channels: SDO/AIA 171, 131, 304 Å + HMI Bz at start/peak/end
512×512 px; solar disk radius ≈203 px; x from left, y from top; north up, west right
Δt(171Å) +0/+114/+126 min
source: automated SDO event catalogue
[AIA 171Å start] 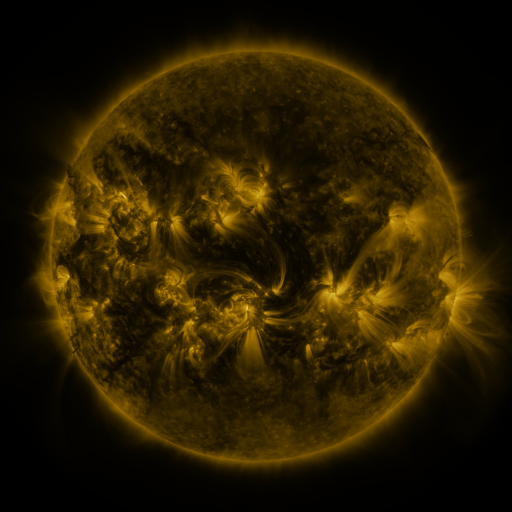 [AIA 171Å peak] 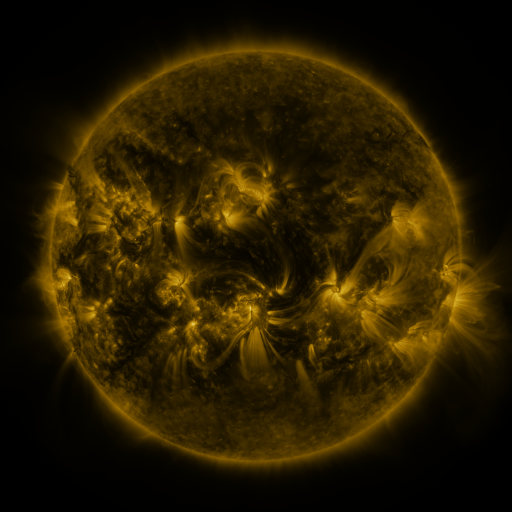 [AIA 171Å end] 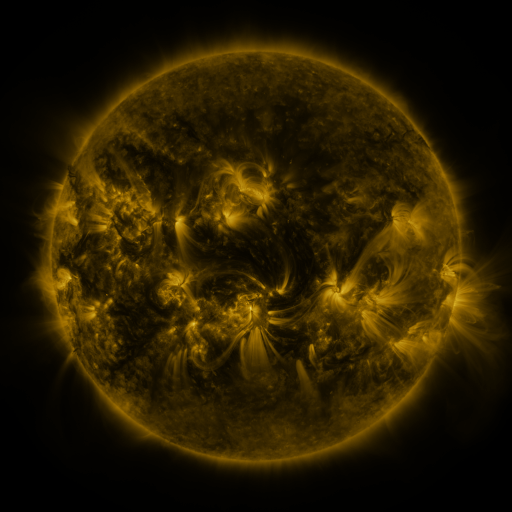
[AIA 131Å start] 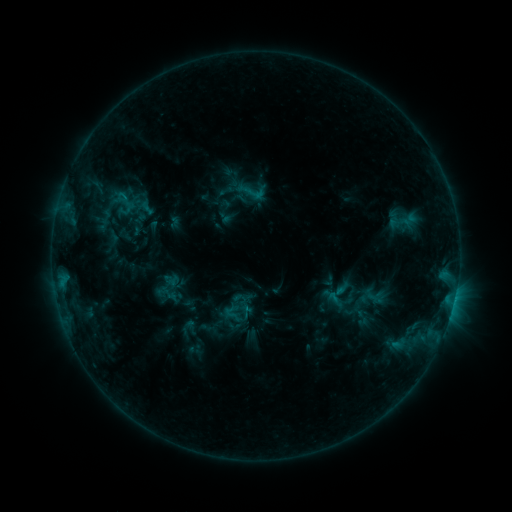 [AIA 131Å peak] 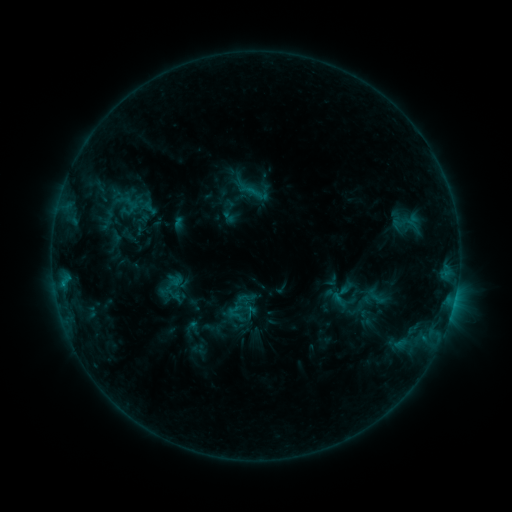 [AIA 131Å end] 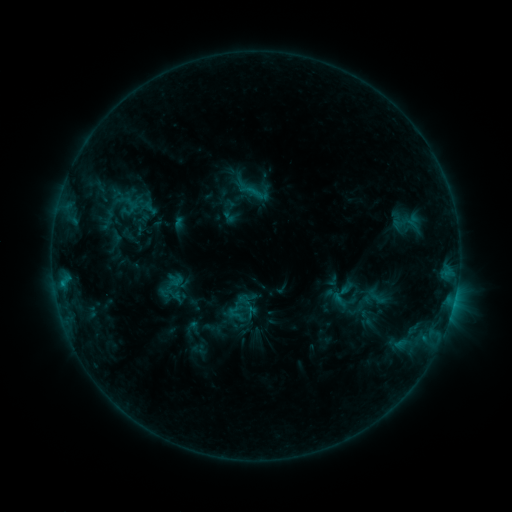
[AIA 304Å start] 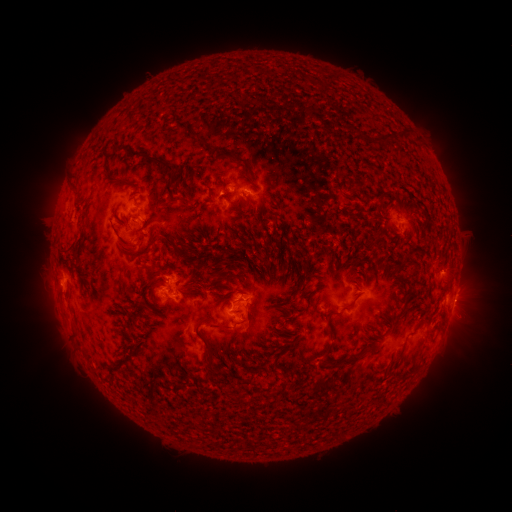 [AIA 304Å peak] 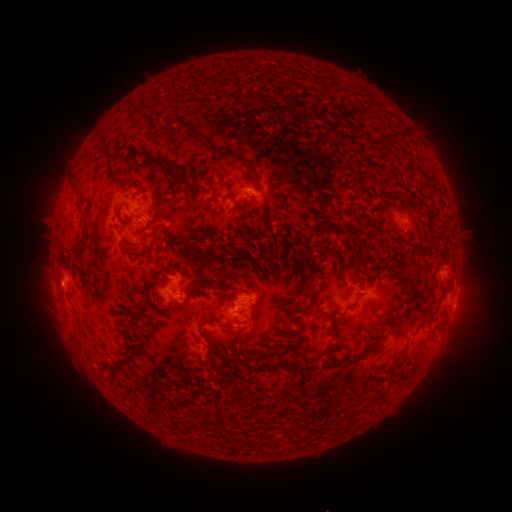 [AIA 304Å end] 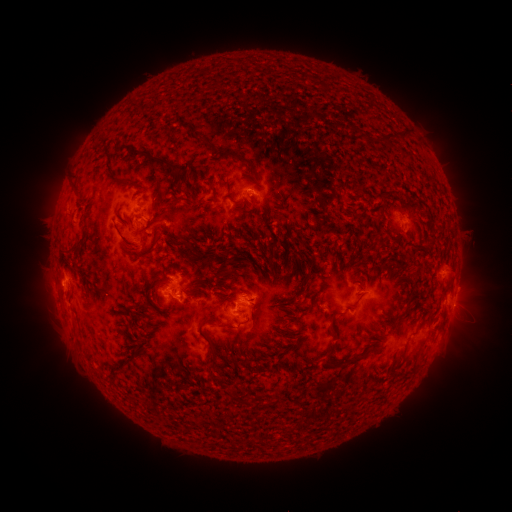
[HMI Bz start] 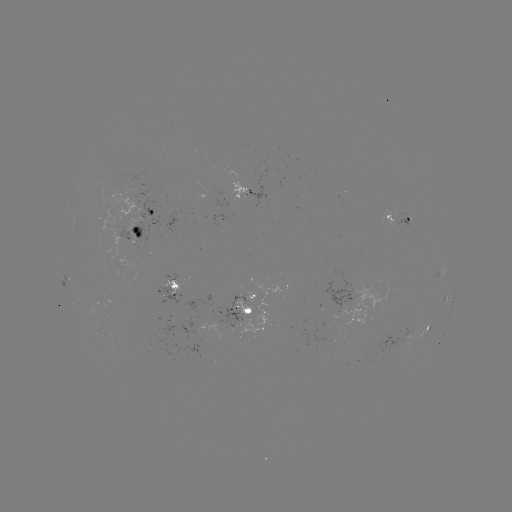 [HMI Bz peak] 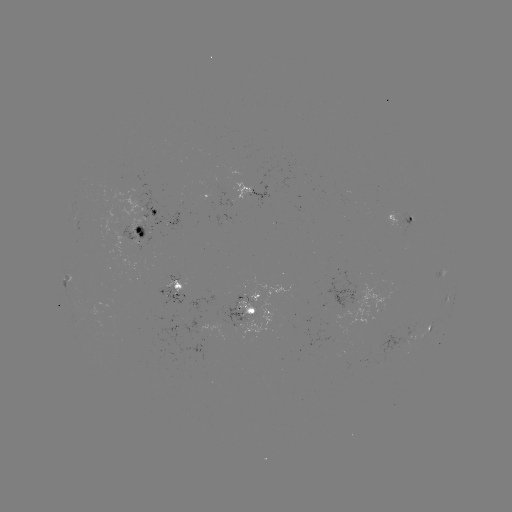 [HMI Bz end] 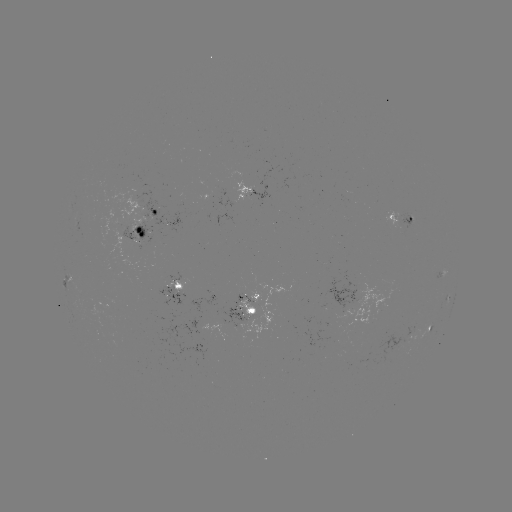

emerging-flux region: (378, 334, 404, 362)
